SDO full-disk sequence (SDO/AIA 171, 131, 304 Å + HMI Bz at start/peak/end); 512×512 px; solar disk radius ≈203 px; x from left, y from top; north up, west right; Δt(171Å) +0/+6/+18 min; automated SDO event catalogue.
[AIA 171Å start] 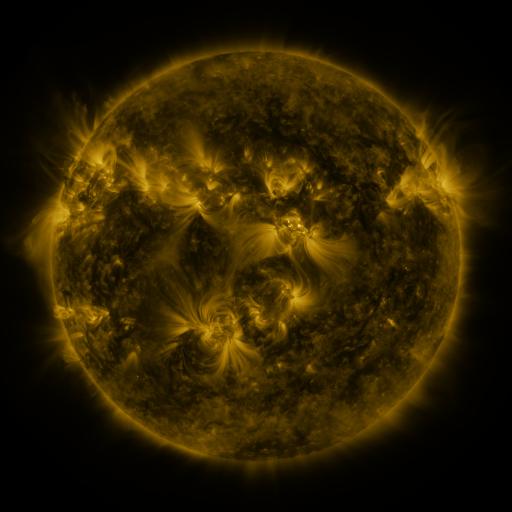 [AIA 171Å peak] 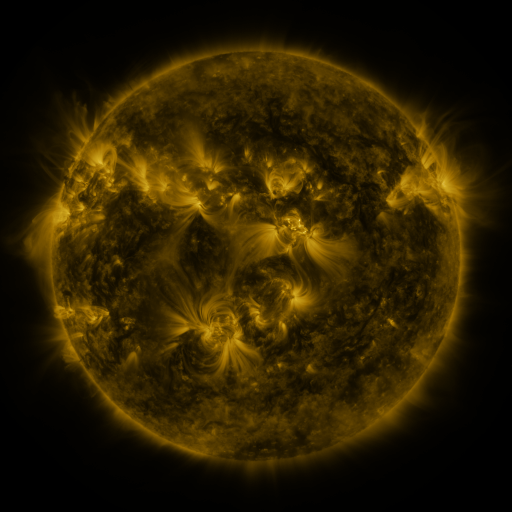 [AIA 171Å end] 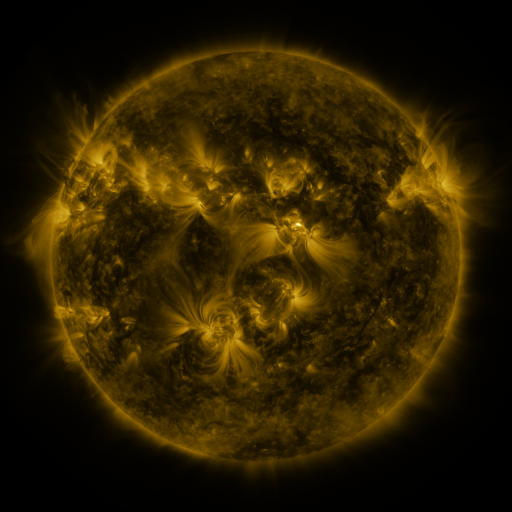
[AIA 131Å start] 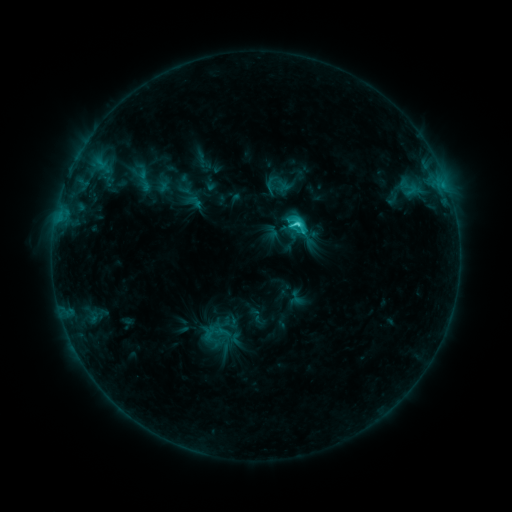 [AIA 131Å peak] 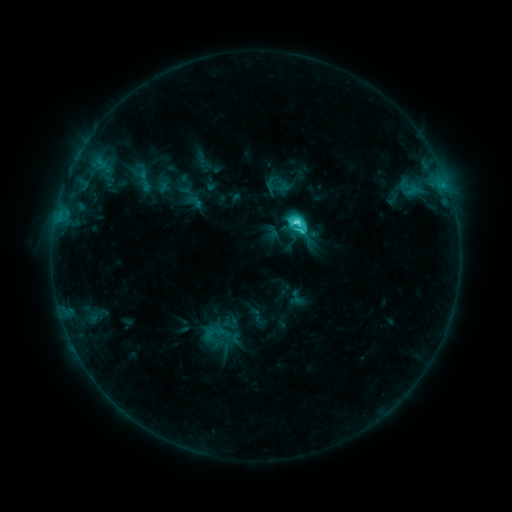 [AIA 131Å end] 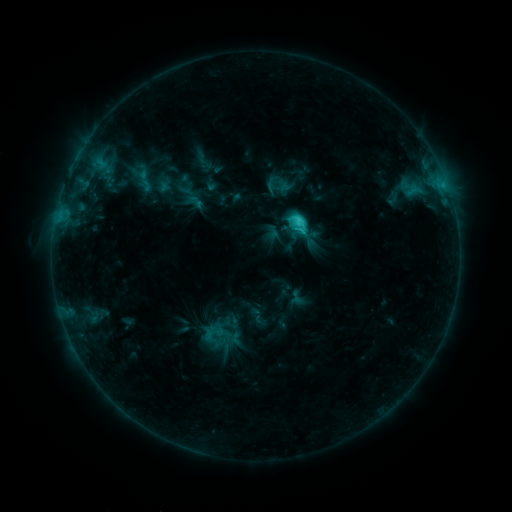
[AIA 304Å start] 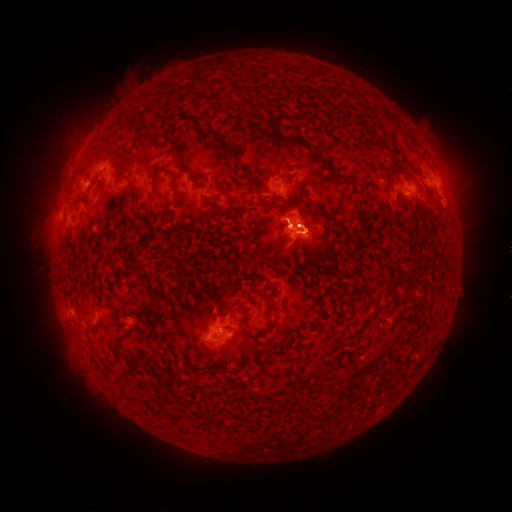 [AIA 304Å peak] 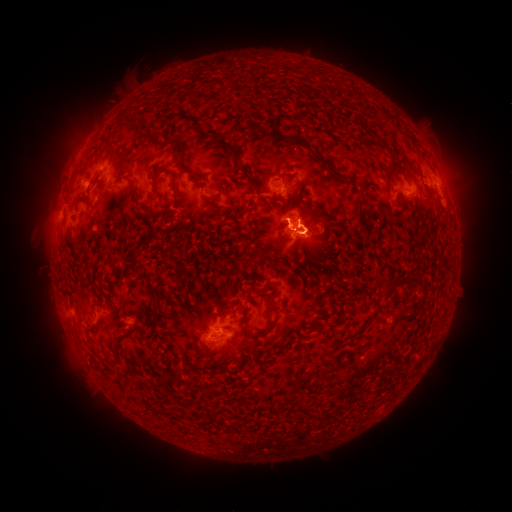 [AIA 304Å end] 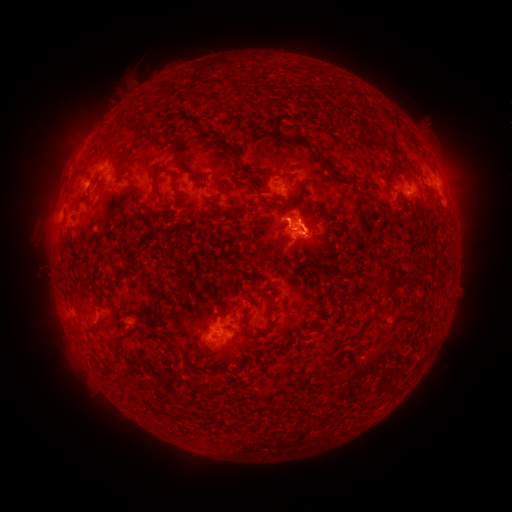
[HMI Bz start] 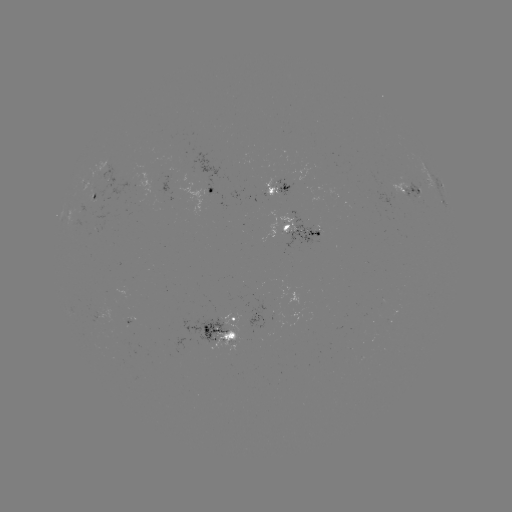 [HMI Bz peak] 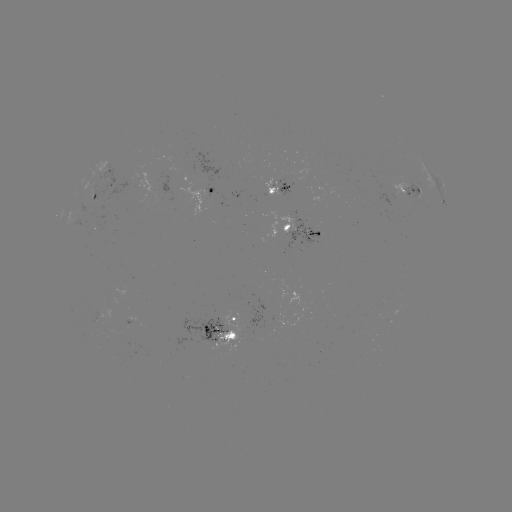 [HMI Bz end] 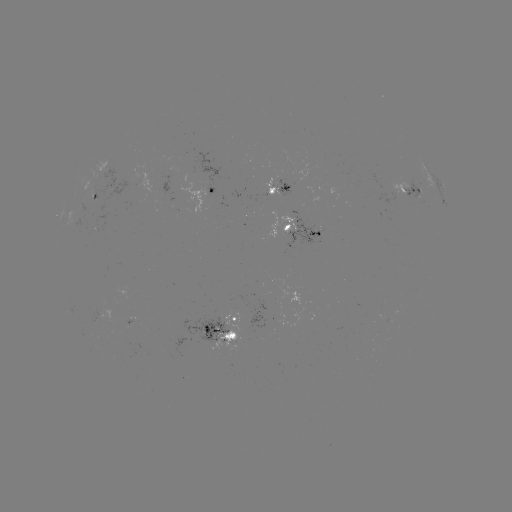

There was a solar flare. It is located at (294, 222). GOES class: C4.8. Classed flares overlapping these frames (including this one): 2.